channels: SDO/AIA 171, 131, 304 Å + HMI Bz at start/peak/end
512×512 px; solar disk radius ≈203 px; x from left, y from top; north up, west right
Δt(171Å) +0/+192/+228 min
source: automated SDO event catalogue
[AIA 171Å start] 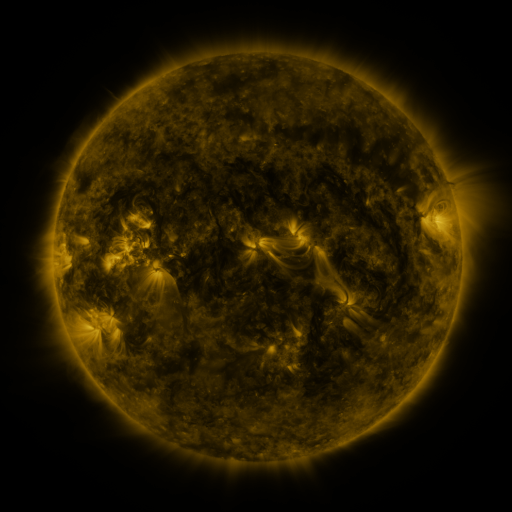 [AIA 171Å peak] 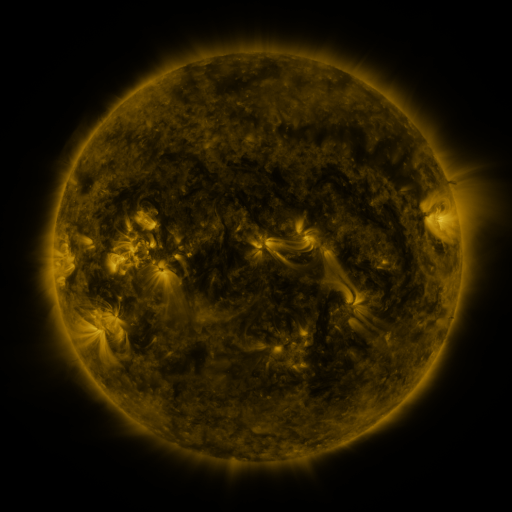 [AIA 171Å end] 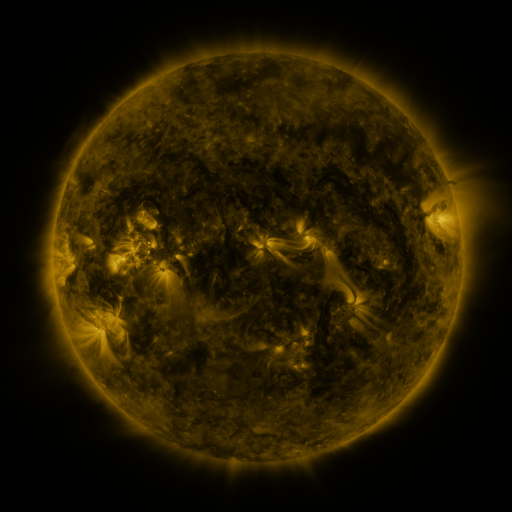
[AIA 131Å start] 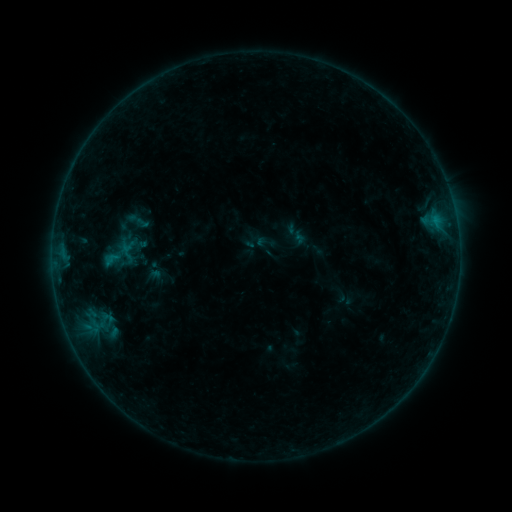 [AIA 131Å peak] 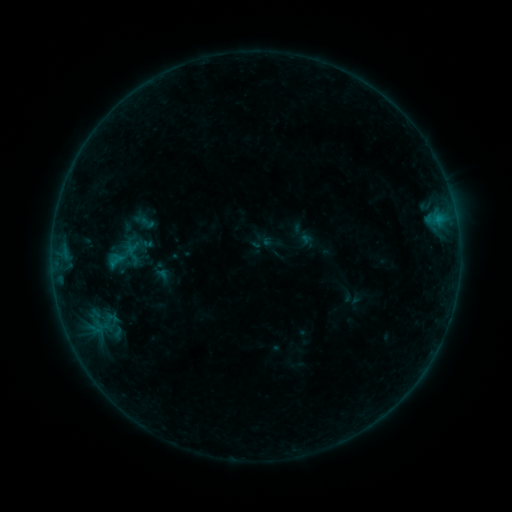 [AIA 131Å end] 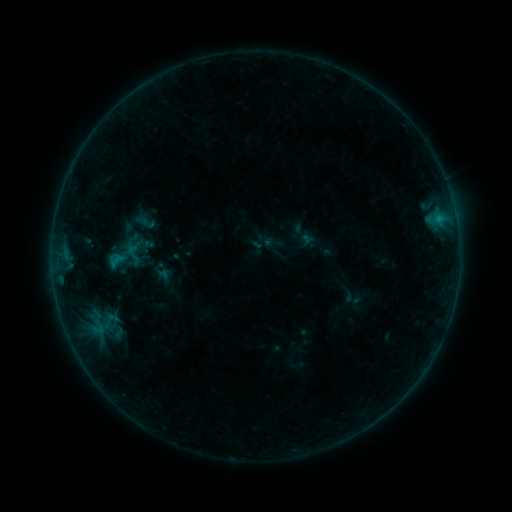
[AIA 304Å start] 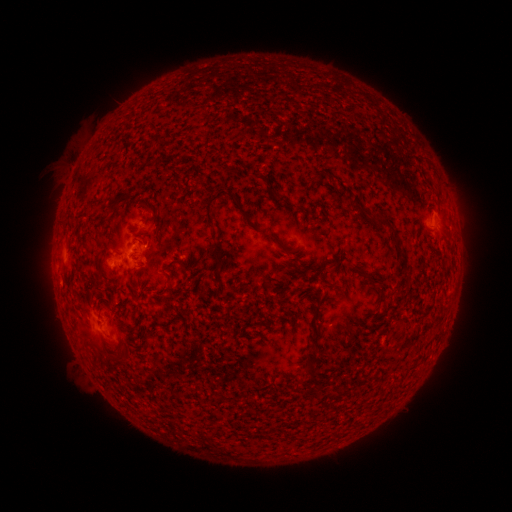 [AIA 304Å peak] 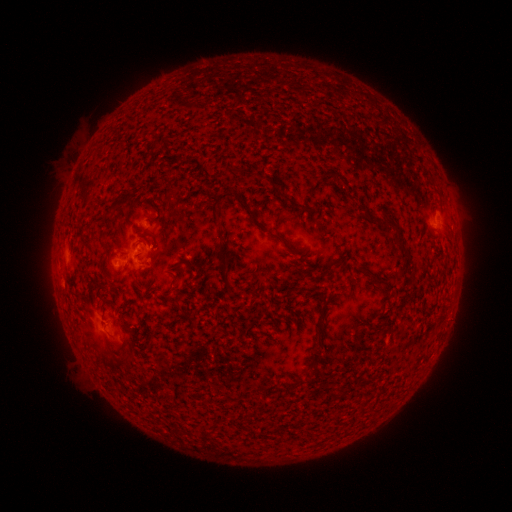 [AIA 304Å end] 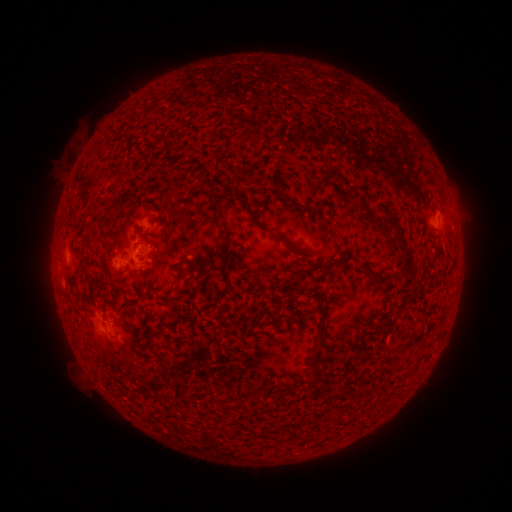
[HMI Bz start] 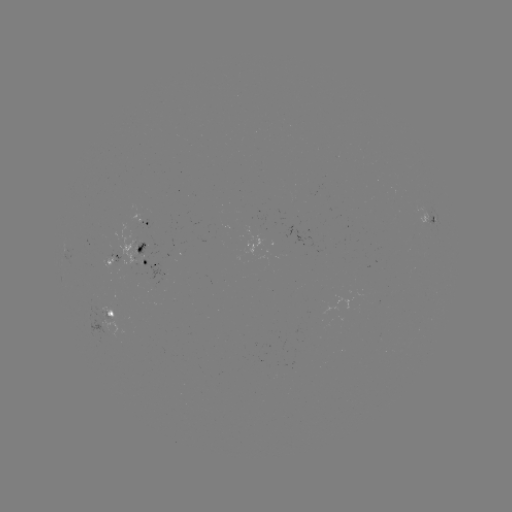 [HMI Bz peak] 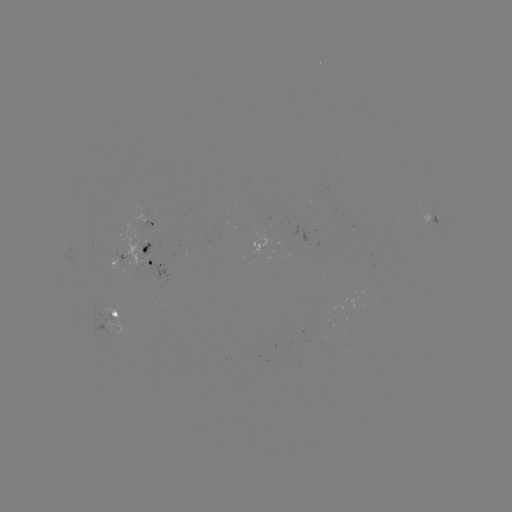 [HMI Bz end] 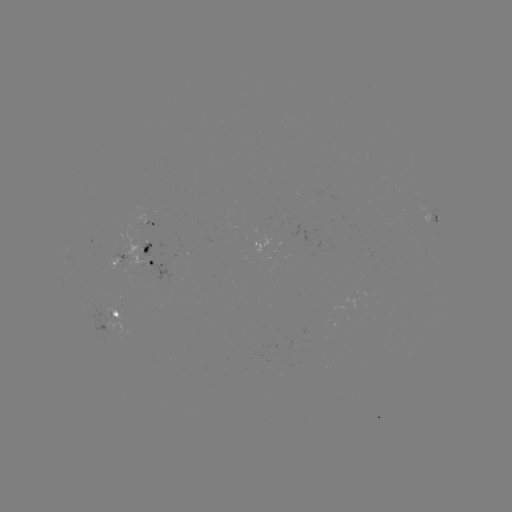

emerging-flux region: (76, 297, 121, 349)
